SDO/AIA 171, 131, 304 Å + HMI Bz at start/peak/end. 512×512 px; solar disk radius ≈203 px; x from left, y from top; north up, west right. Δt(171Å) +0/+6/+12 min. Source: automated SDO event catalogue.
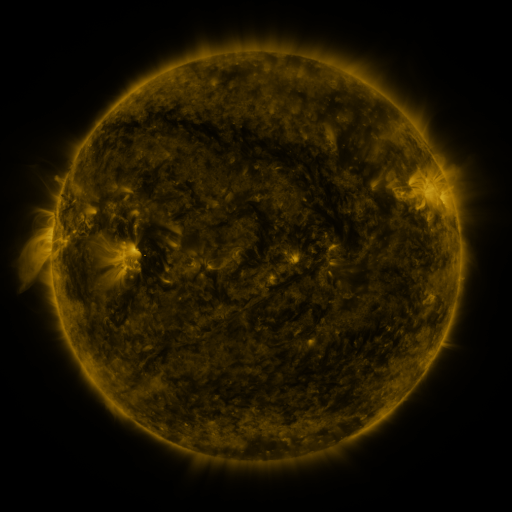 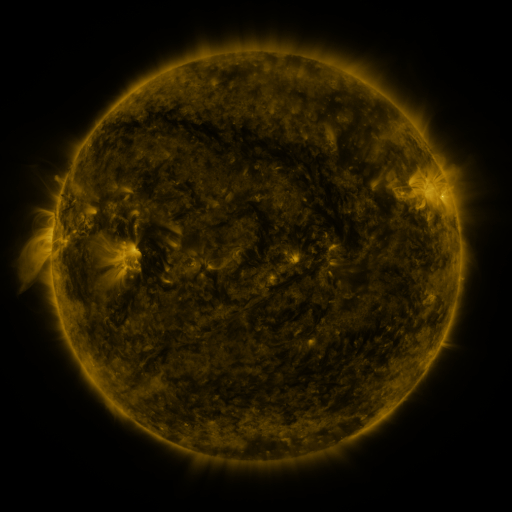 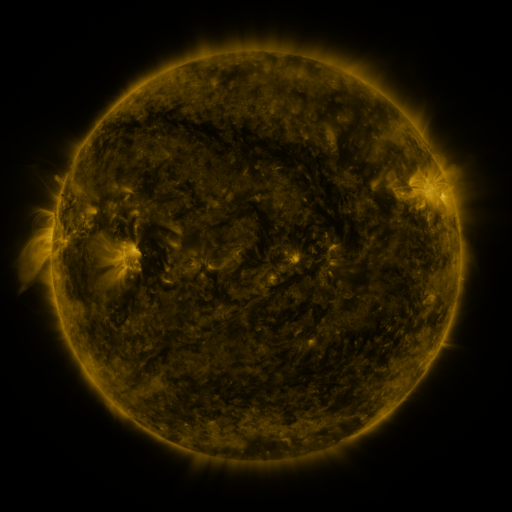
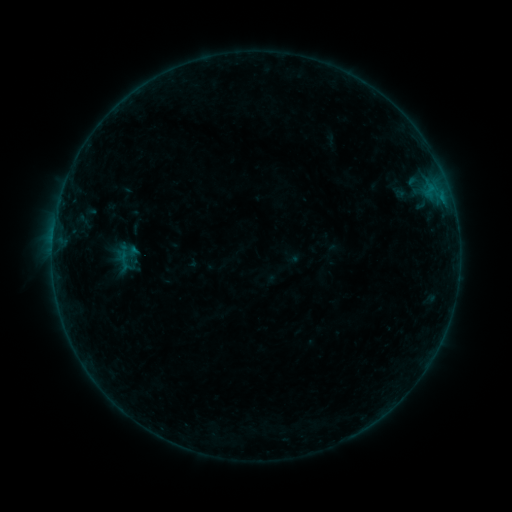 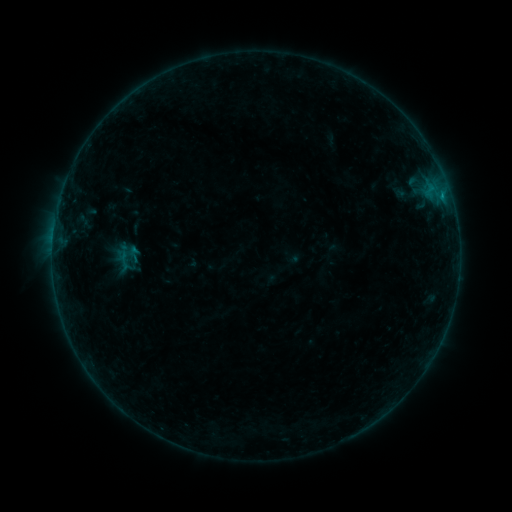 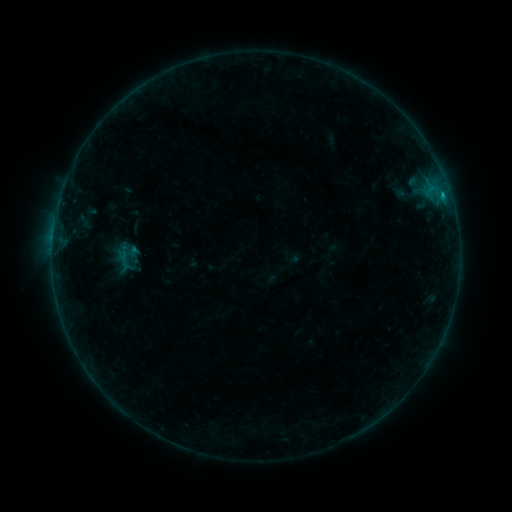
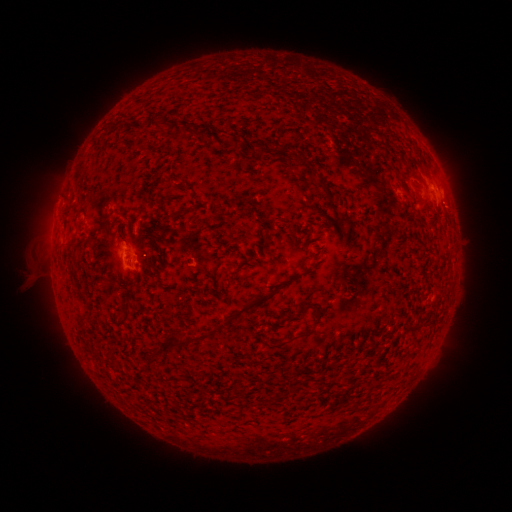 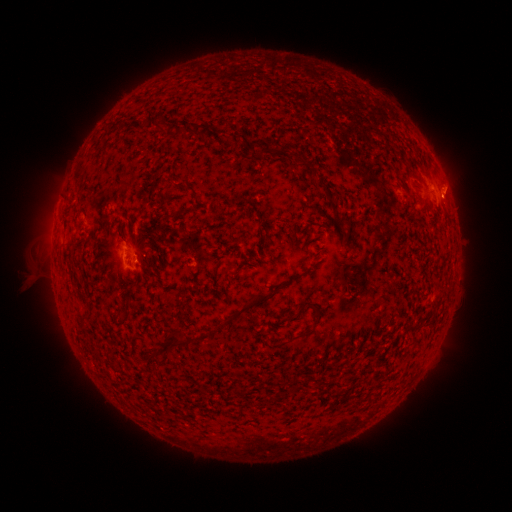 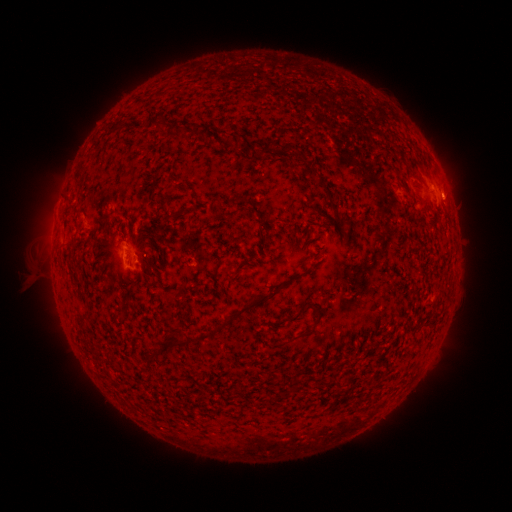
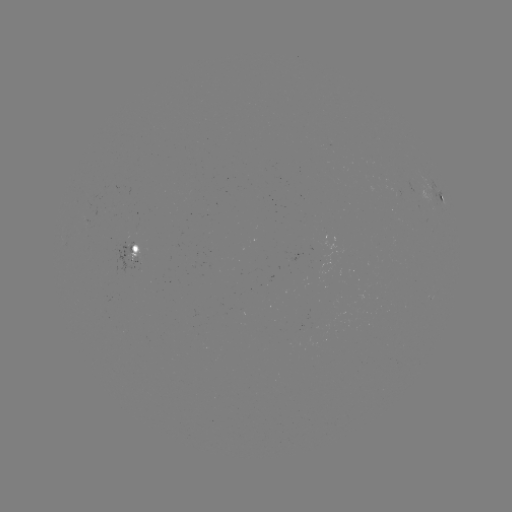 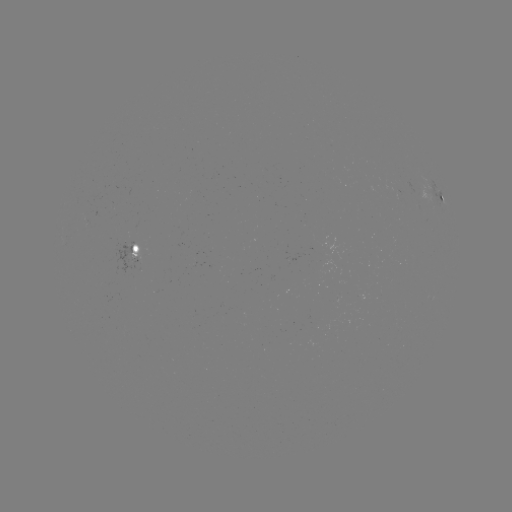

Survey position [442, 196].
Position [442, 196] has B4.8 flare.